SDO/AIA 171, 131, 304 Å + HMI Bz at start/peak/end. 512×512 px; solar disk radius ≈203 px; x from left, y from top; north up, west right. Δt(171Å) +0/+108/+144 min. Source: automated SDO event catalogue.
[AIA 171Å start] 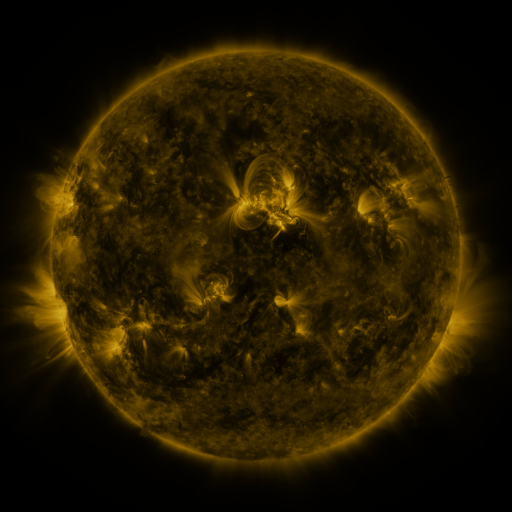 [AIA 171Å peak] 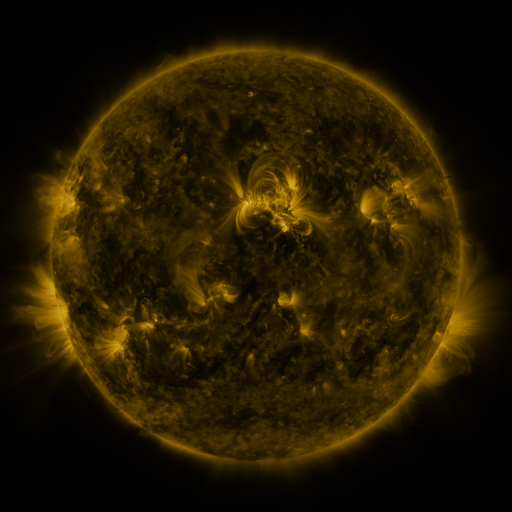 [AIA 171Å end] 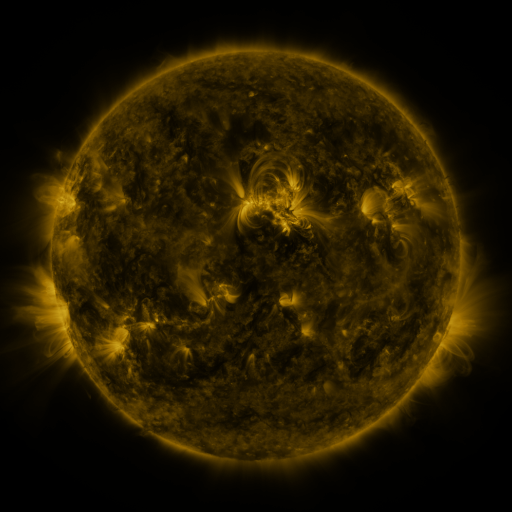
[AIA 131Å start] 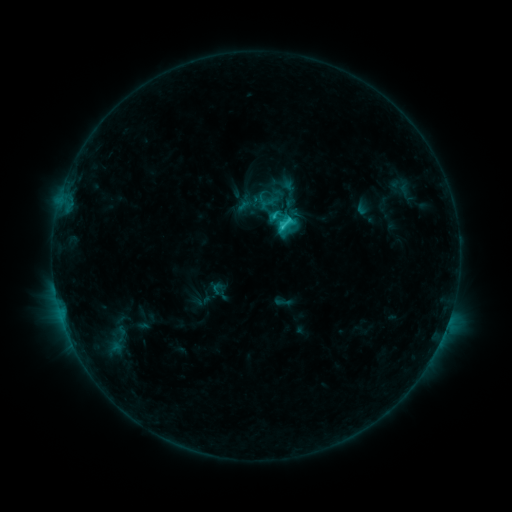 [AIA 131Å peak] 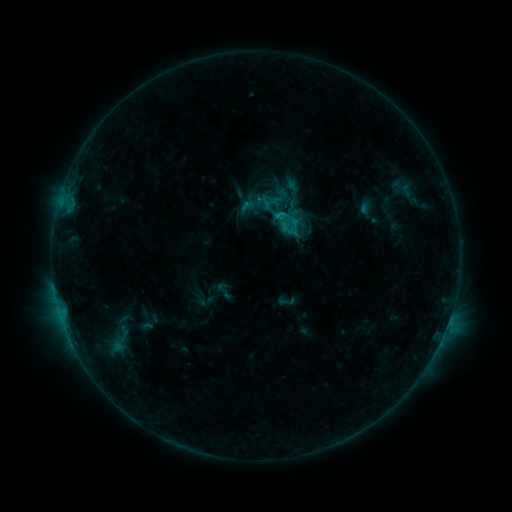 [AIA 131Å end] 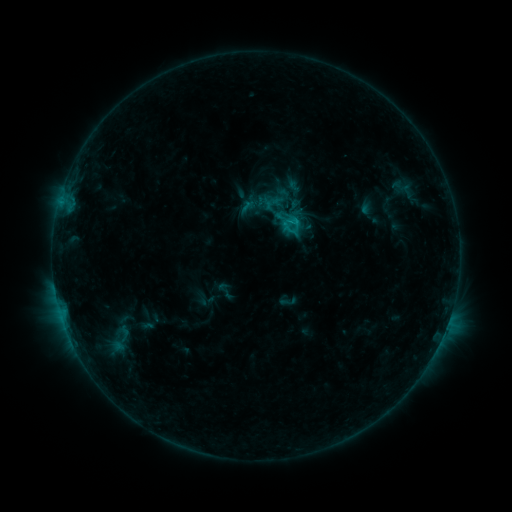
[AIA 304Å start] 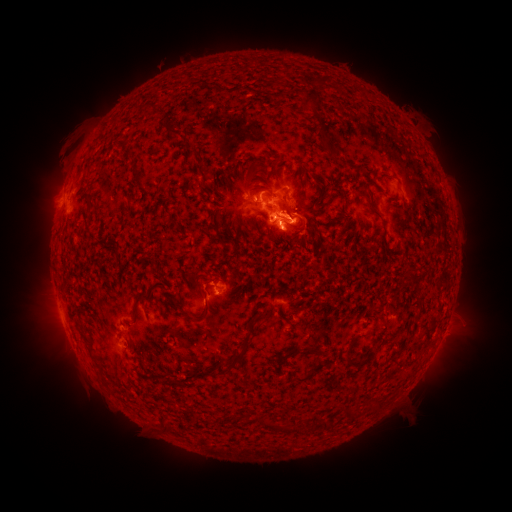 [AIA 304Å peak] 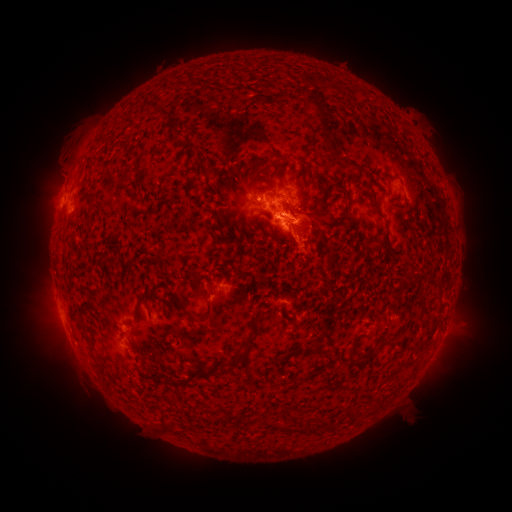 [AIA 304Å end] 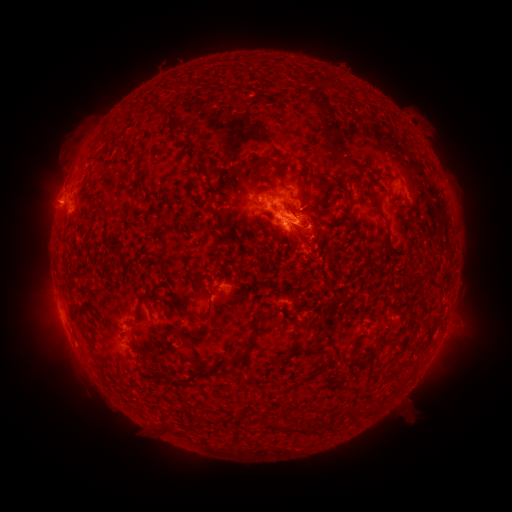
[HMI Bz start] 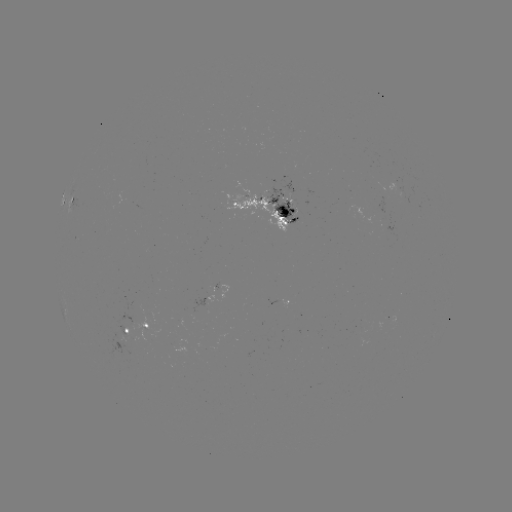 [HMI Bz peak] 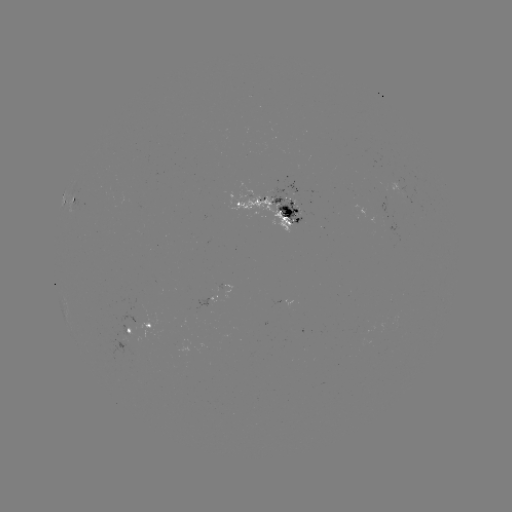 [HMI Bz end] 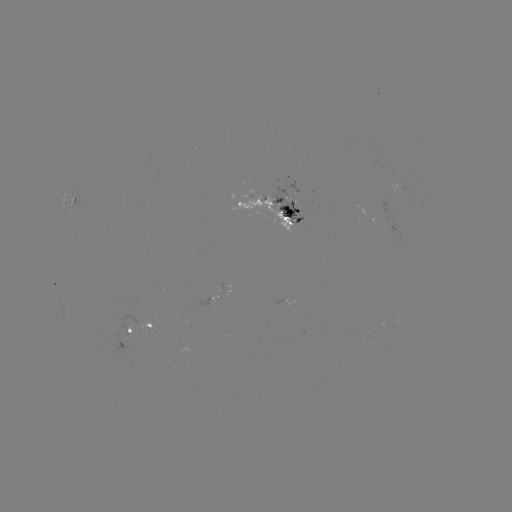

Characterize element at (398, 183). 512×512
emerging-flux region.